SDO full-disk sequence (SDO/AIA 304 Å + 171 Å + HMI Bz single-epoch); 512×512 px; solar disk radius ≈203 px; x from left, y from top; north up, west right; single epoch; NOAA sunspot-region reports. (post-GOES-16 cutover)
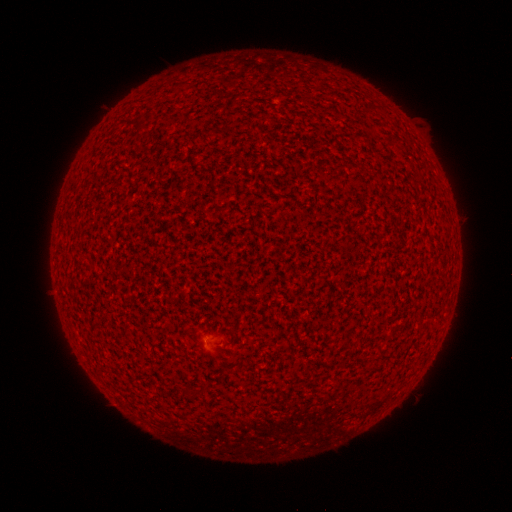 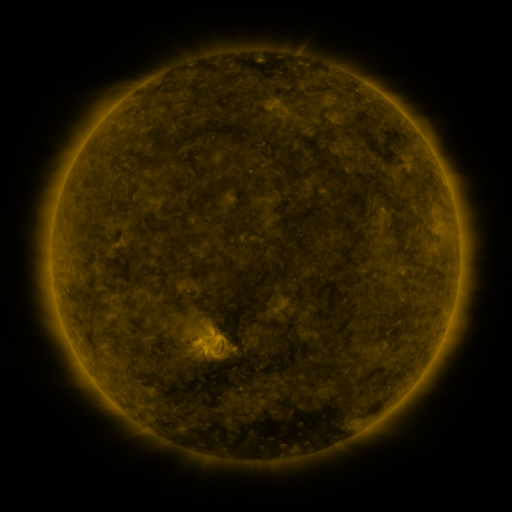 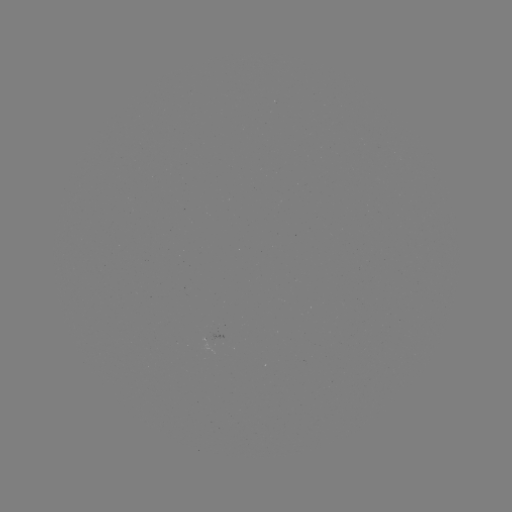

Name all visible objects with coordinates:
spotted active region: (219, 335)
